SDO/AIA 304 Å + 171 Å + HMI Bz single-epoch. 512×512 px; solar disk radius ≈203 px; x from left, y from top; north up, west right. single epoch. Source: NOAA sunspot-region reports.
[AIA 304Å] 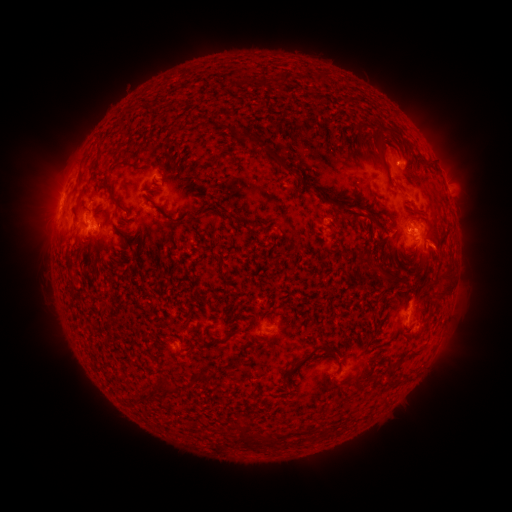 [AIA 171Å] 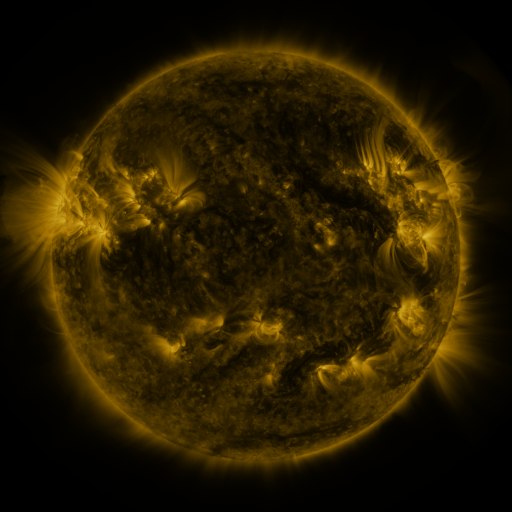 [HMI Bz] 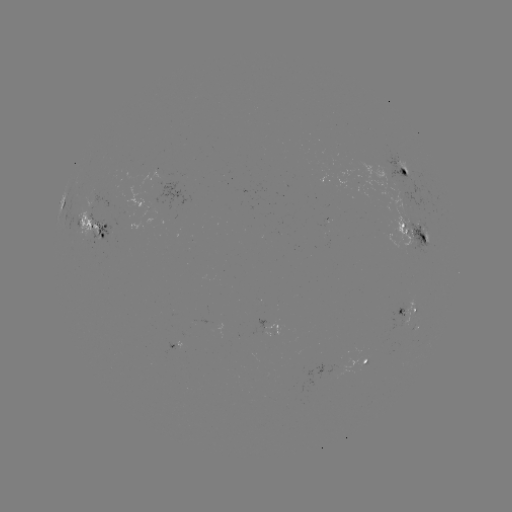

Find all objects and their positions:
spotted active region: (408, 169)
spotted active region: (62, 202)
spotted active region: (92, 224)
spotted active region: (416, 232)
spotted active region: (406, 310)
spotted active region: (266, 324)
spotted active region: (365, 362)
